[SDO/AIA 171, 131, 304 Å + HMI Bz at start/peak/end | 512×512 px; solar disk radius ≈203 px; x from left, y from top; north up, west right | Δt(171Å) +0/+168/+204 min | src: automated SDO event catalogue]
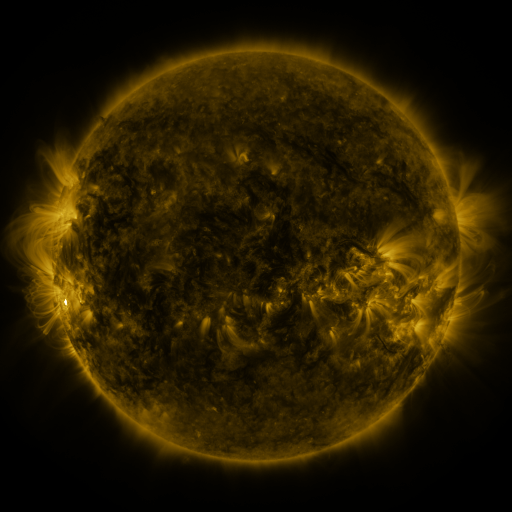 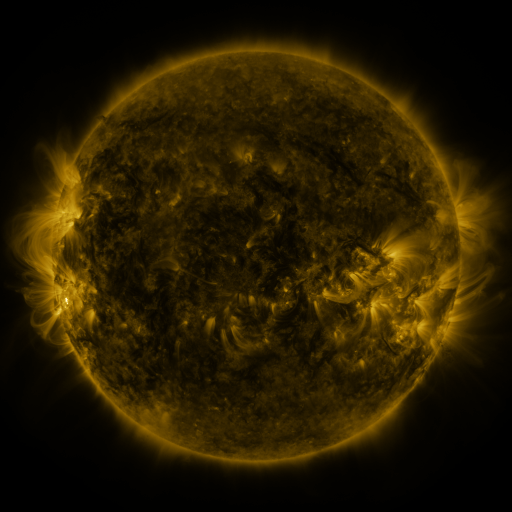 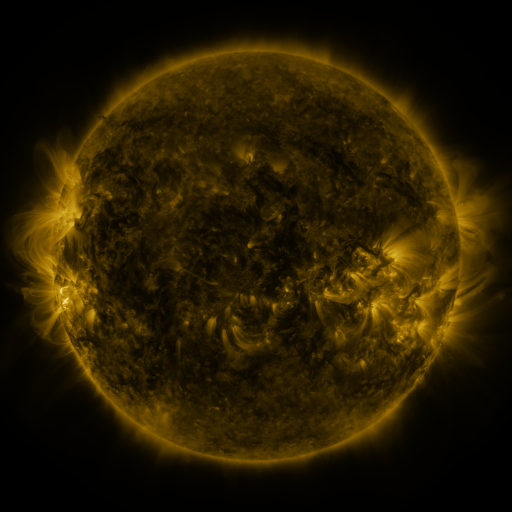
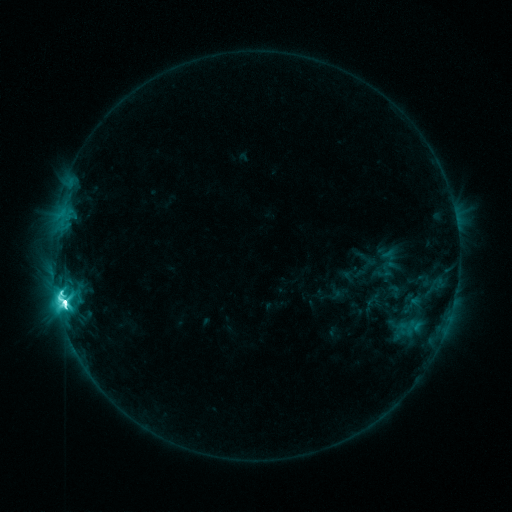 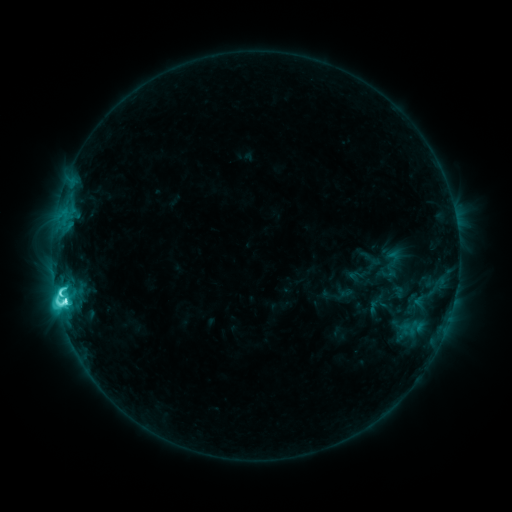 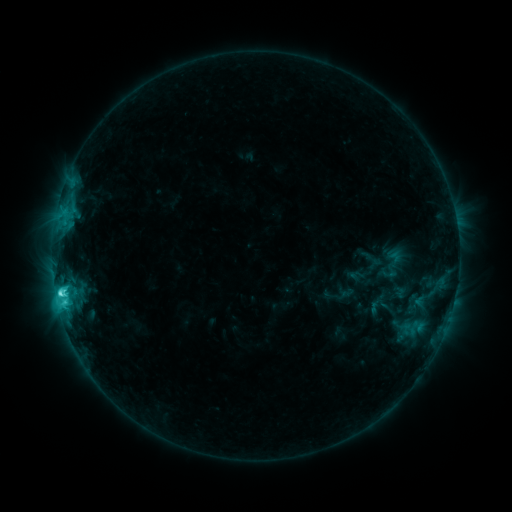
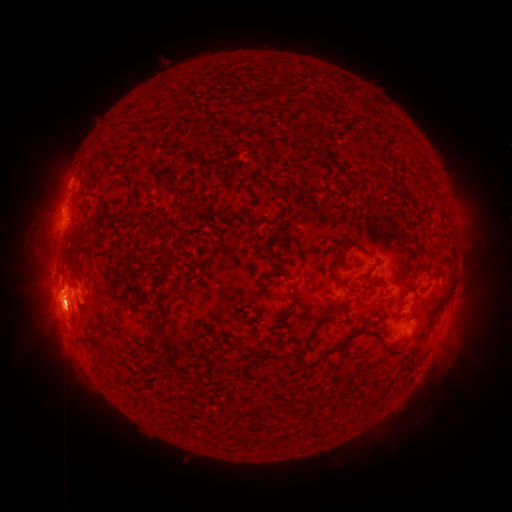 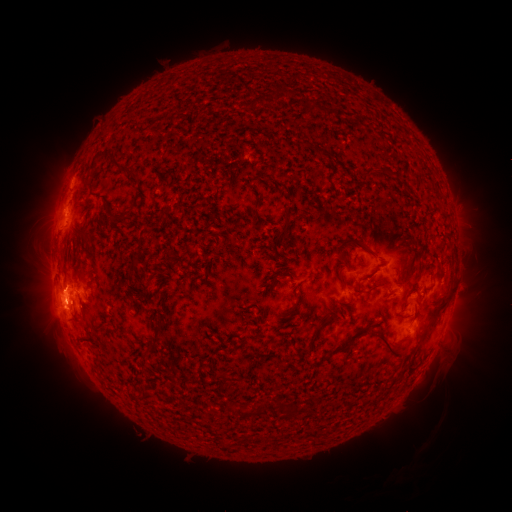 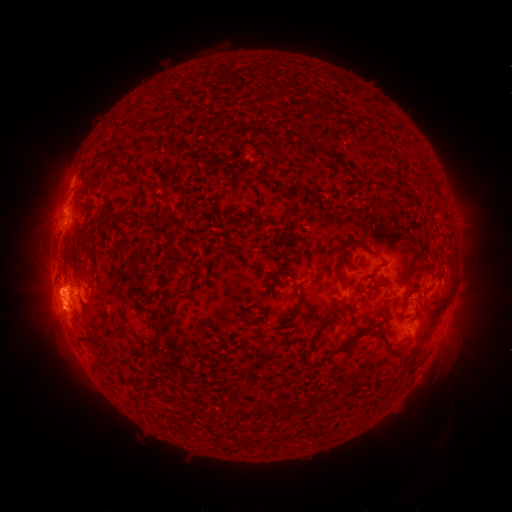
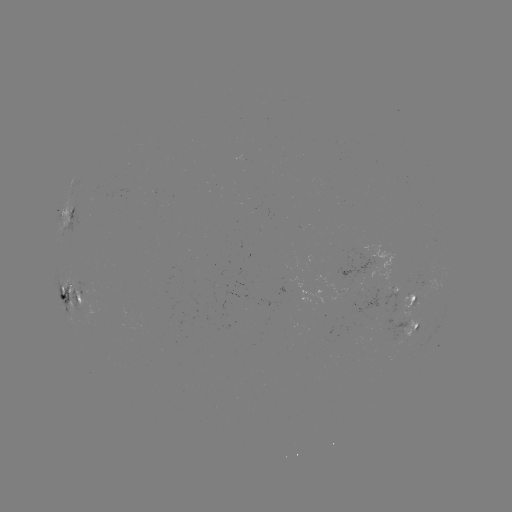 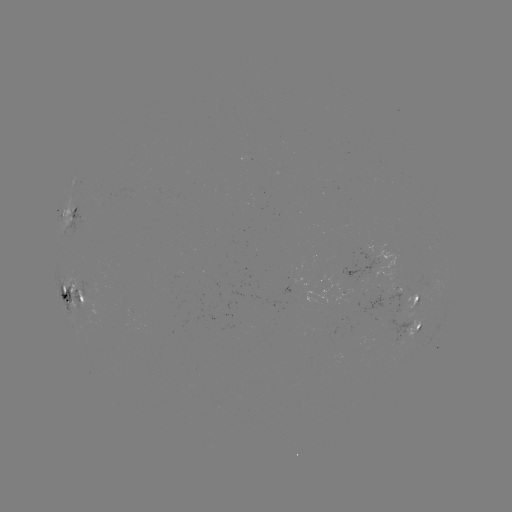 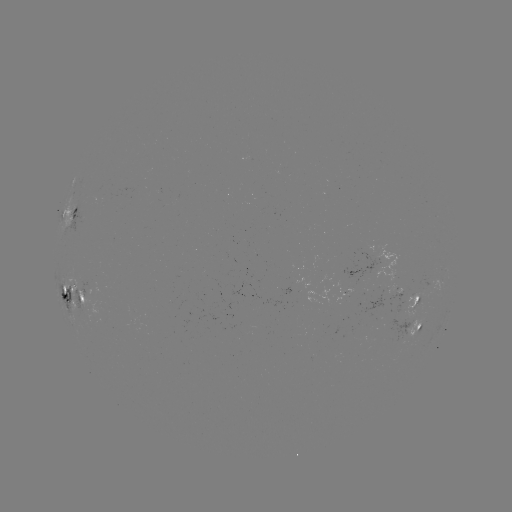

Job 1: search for emerging-flux region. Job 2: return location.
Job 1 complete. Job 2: (89, 286).